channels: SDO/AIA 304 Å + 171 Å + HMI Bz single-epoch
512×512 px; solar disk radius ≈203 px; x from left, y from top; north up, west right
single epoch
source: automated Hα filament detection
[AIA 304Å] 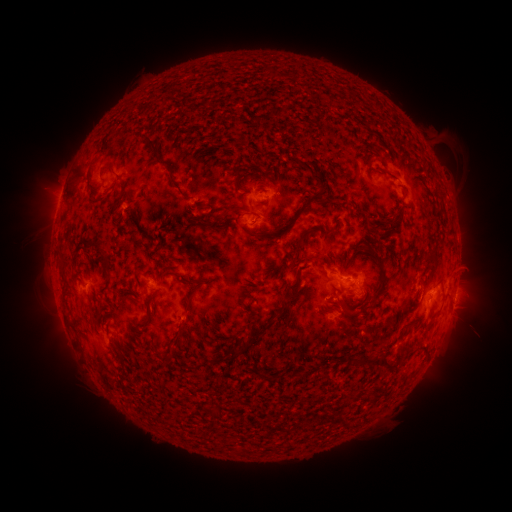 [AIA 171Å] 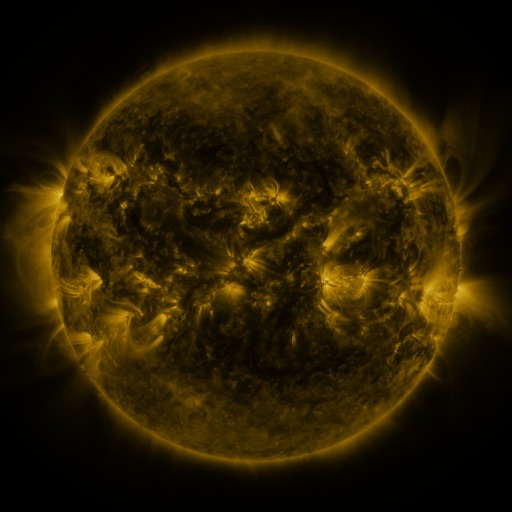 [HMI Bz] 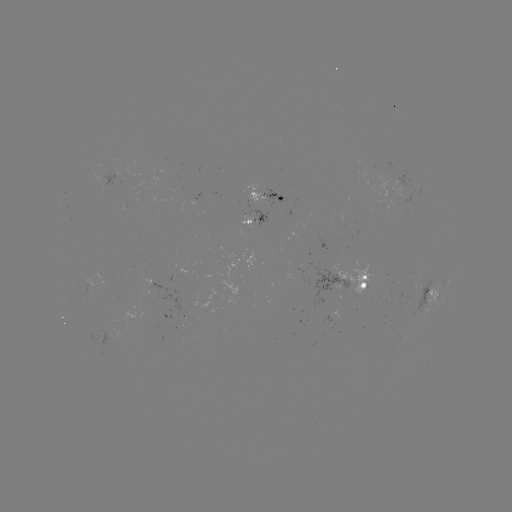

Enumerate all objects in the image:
filament: [287, 69, 294, 78]
filament: [155, 102, 162, 114]
filament: [141, 133, 149, 144]
filament: [144, 137, 159, 158]
filament: [84, 157, 97, 205]
filament: [245, 162, 258, 171]
filament: [101, 164, 113, 174]
filament: [231, 167, 243, 191]
filament: [309, 172, 324, 187]
filament: [116, 182, 126, 201]
filament: [291, 194, 312, 223]
filament: [222, 205, 245, 216]
filament: [383, 216, 398, 223]
filament: [203, 222, 214, 229]
filament: [275, 224, 284, 234]
filament: [294, 236, 304, 252]
filament: [354, 239, 365, 252]
filament: [81, 240, 111, 274]
filament: [158, 242, 166, 253]
filament: [377, 265, 387, 288]
filament: [284, 275, 300, 296]
filament: [179, 278, 201, 287]
filament: [143, 296, 155, 326]
filament: [341, 298, 350, 309]
filament: [185, 299, 195, 314]
filament: [87, 303, 96, 324]
filament: [257, 311, 278, 335]
filament: [239, 337, 249, 354]
filament: [168, 348, 176, 359]
filament: [347, 350, 398, 368]
filament: [371, 390, 380, 404]
